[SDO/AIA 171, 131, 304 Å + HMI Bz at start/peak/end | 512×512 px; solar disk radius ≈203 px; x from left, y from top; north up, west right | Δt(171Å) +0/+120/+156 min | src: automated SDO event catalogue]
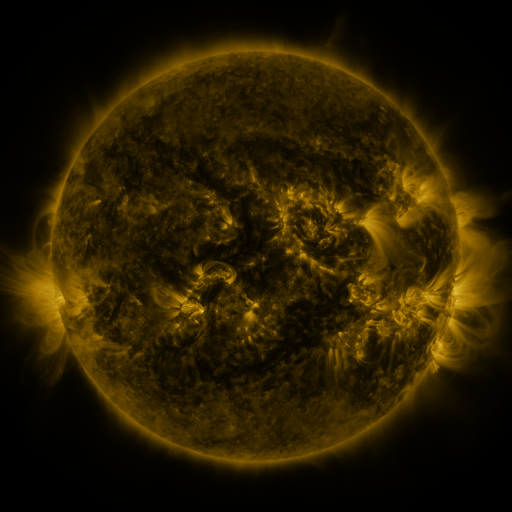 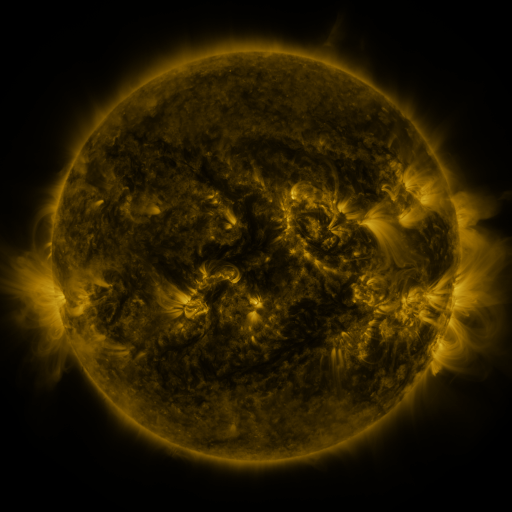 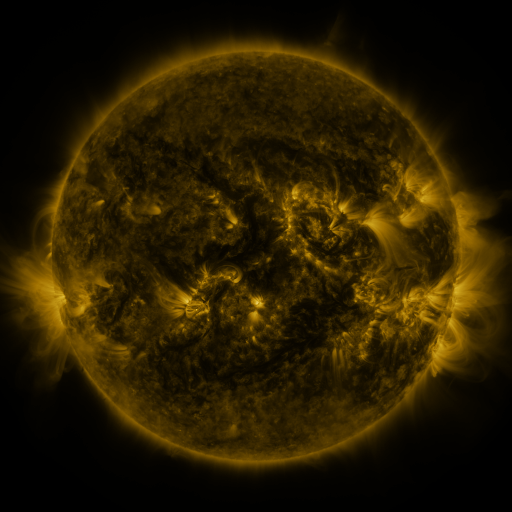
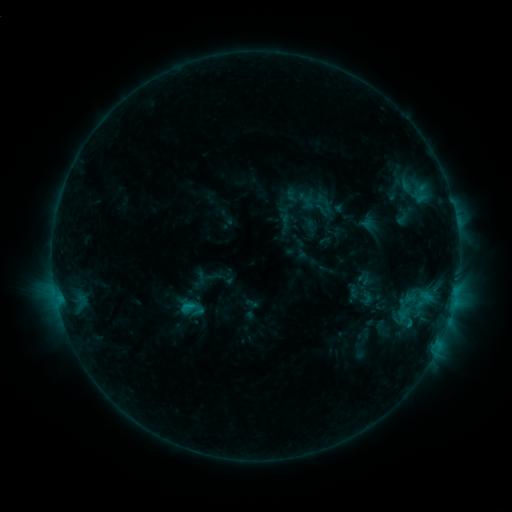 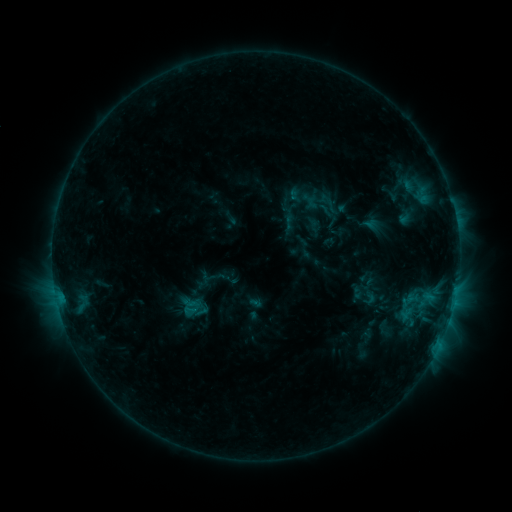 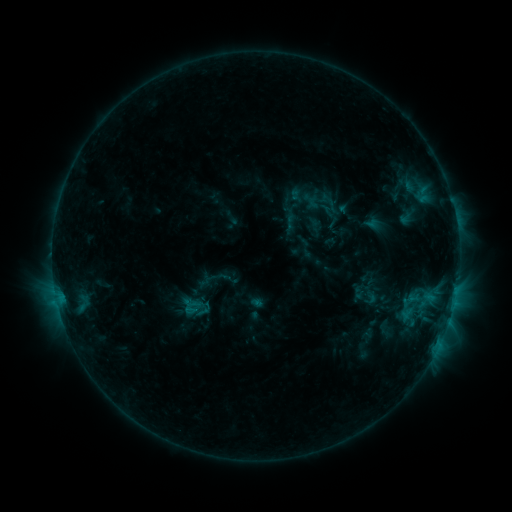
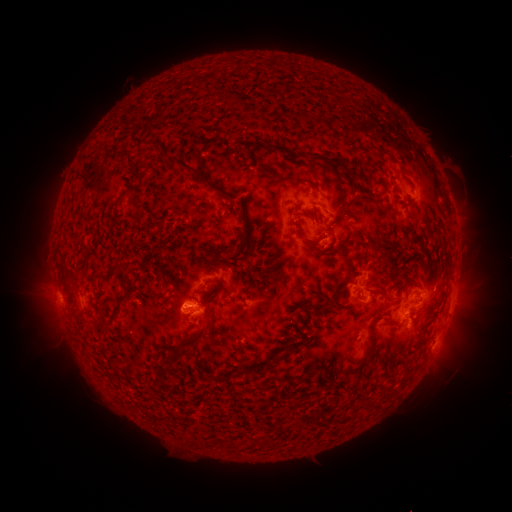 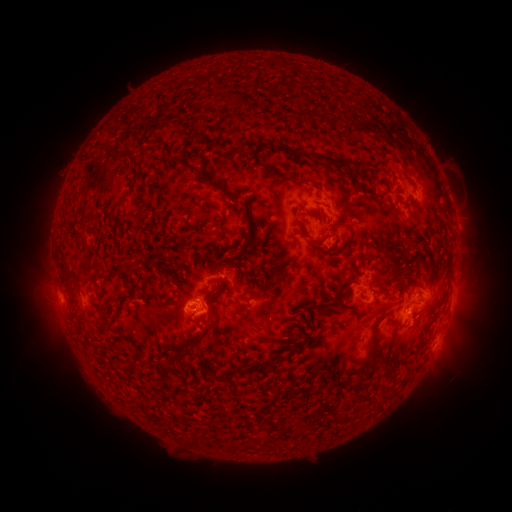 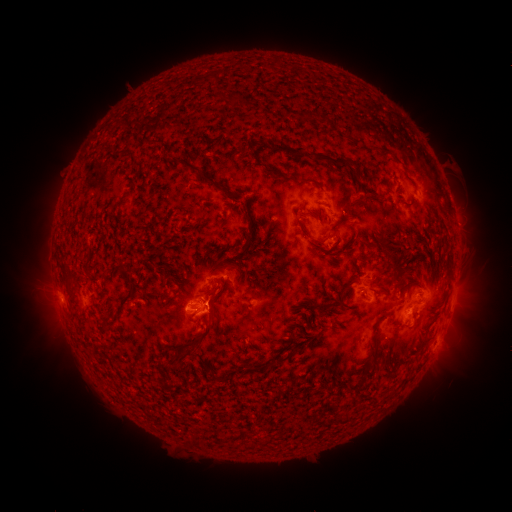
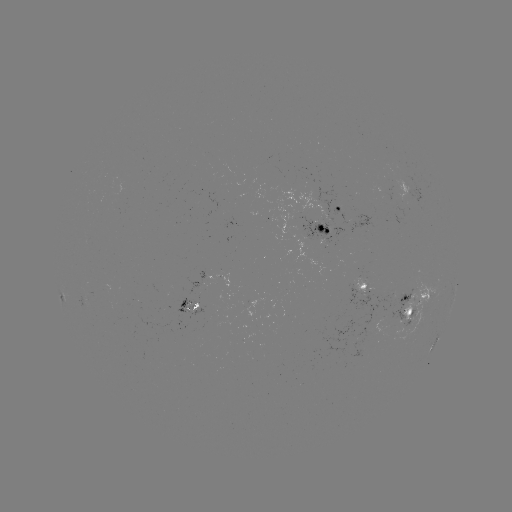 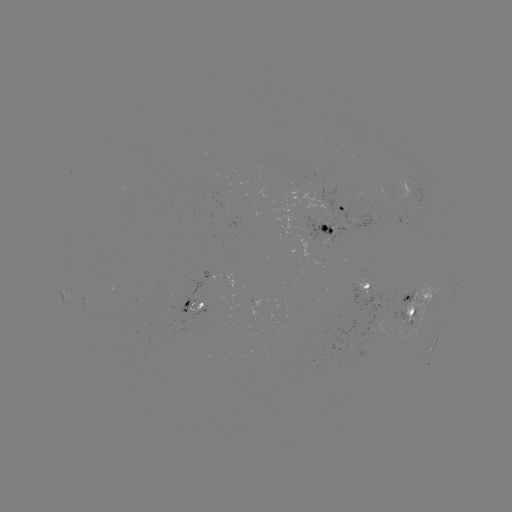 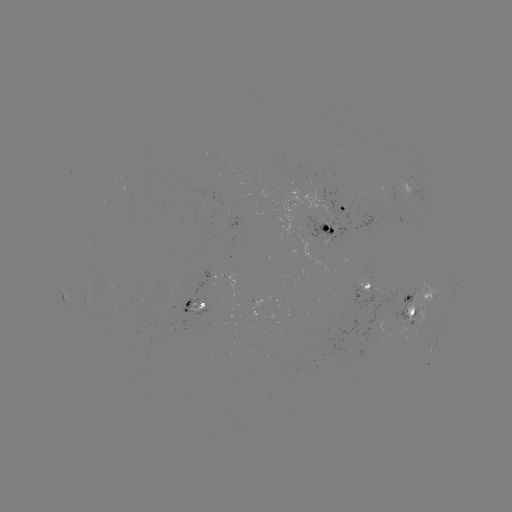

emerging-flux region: [216, 272, 234, 289]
